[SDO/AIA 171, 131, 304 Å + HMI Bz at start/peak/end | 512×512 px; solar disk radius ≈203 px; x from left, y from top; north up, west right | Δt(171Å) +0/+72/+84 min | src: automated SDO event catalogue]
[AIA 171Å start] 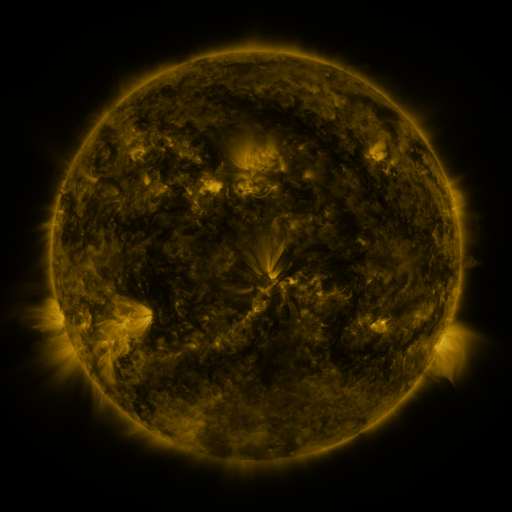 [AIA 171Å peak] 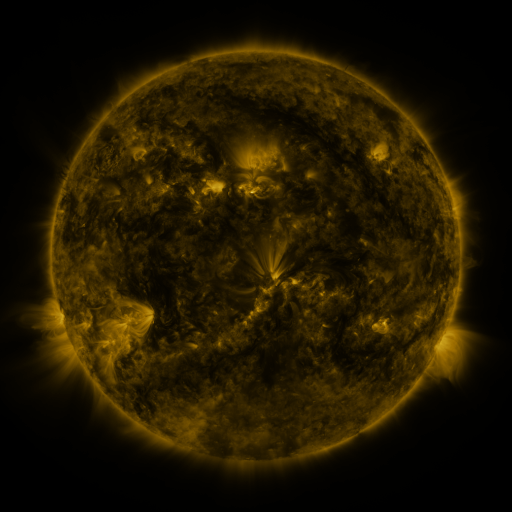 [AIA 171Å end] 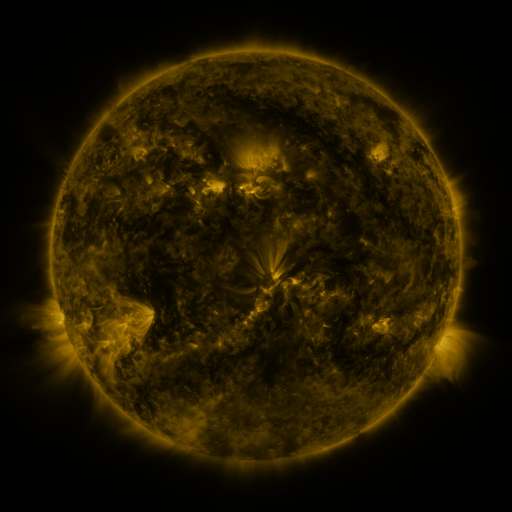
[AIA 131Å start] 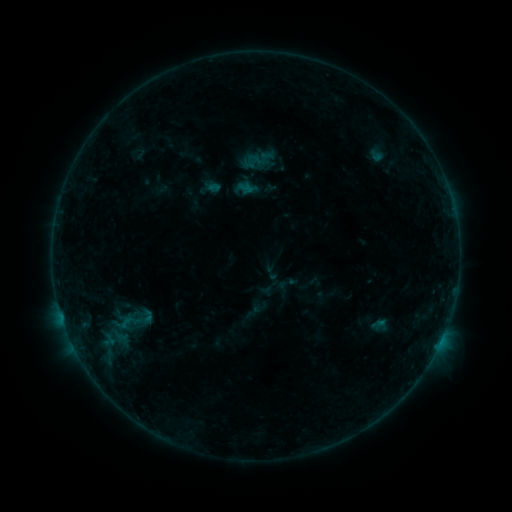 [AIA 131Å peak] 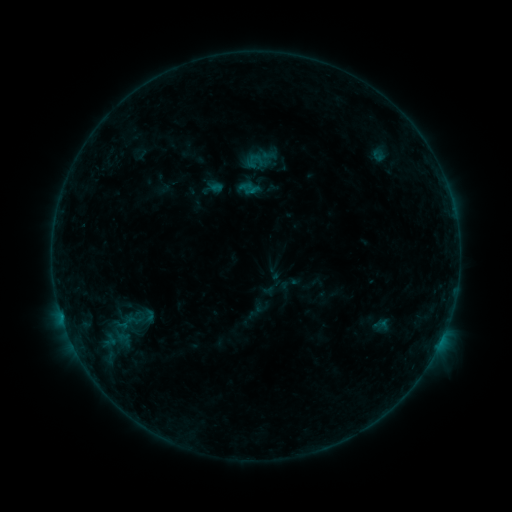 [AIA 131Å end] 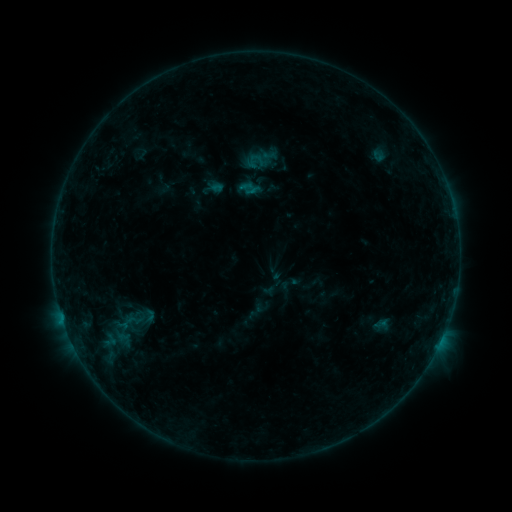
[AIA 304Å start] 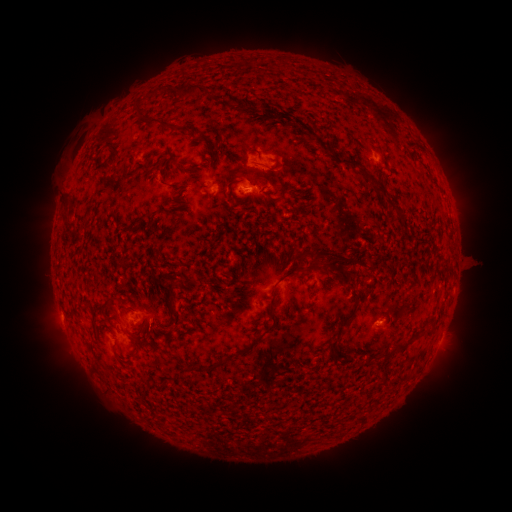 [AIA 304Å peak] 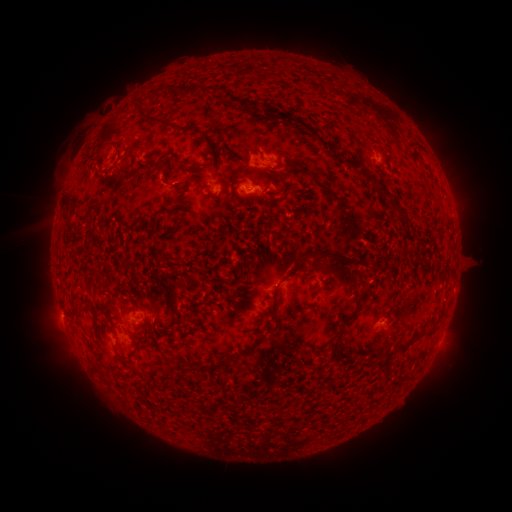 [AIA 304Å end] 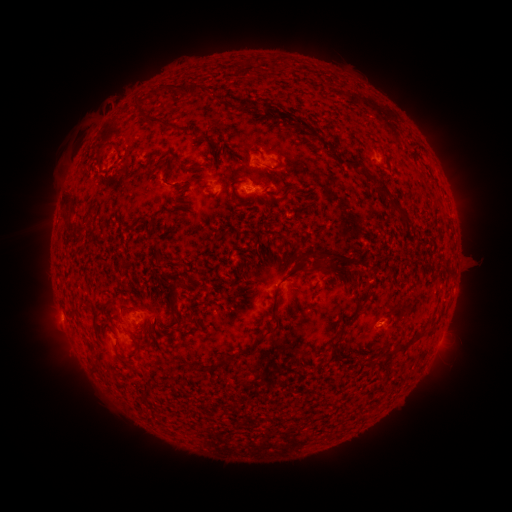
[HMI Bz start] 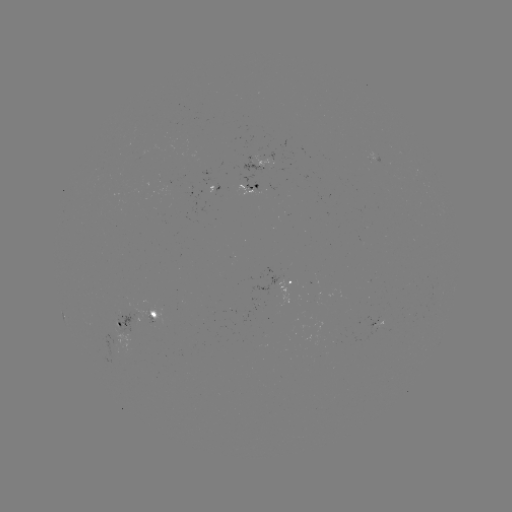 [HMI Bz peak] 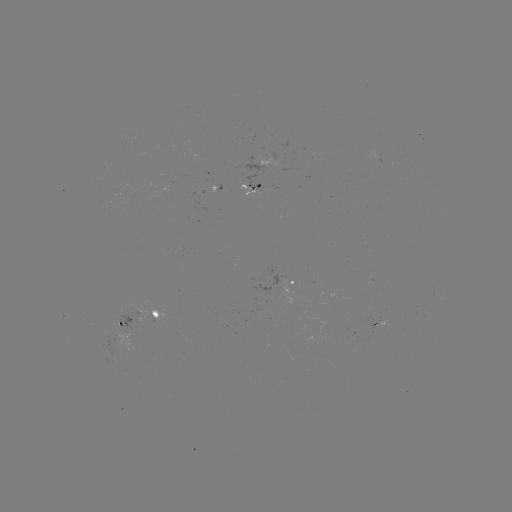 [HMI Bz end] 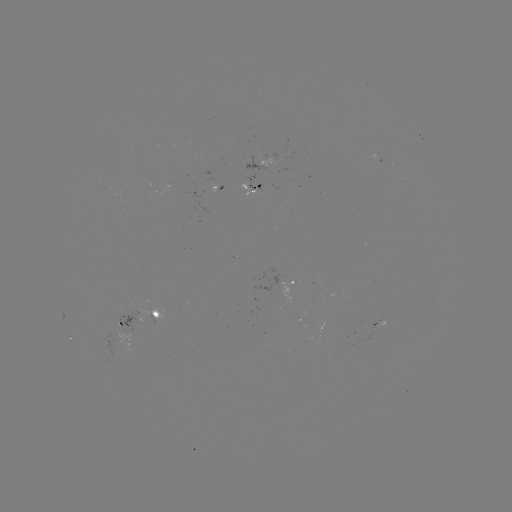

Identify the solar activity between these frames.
emerging-flux region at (251, 186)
